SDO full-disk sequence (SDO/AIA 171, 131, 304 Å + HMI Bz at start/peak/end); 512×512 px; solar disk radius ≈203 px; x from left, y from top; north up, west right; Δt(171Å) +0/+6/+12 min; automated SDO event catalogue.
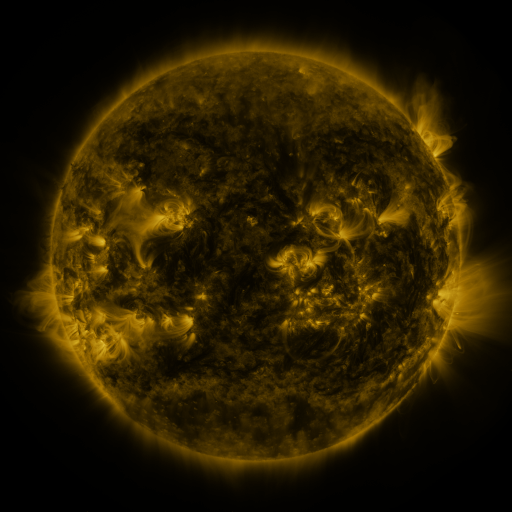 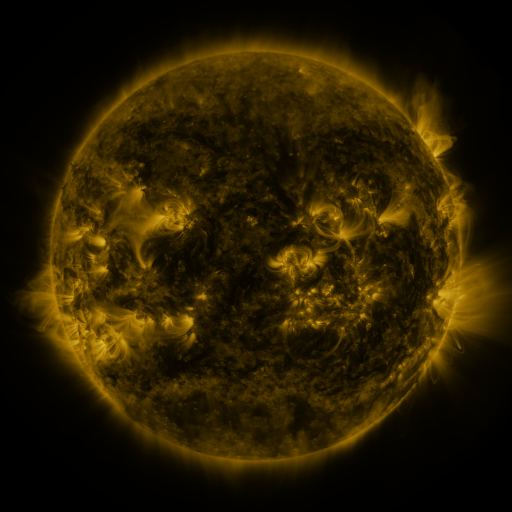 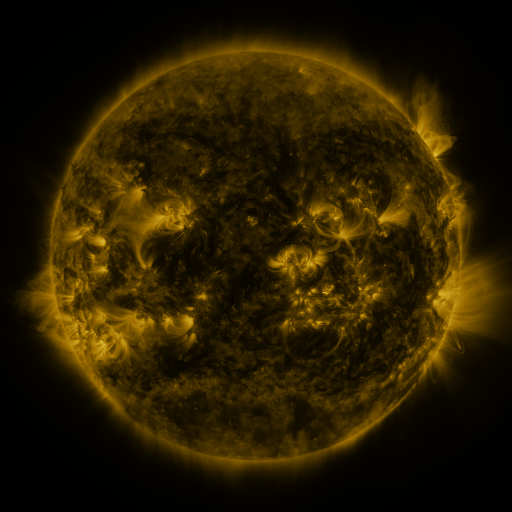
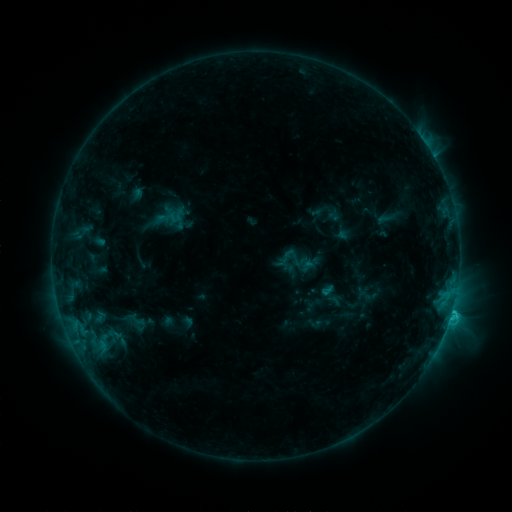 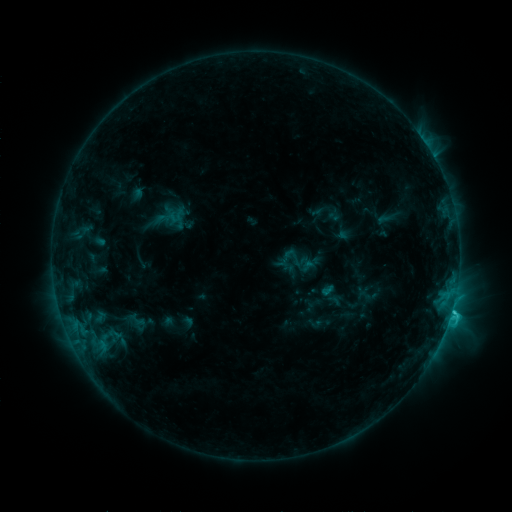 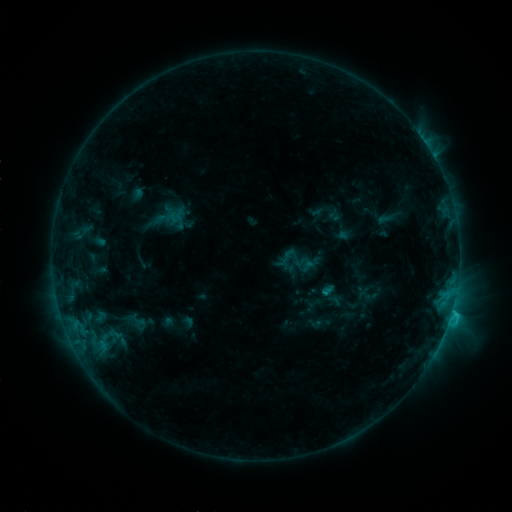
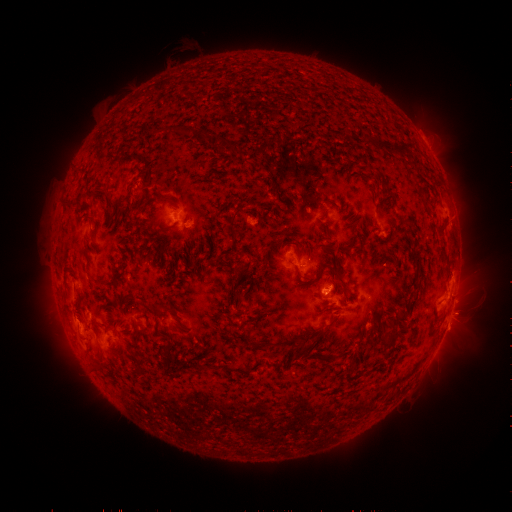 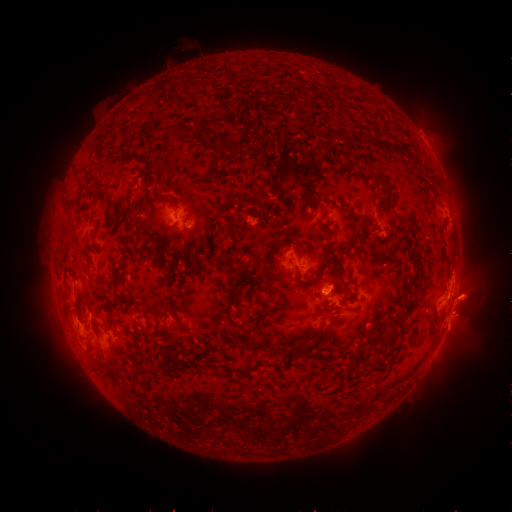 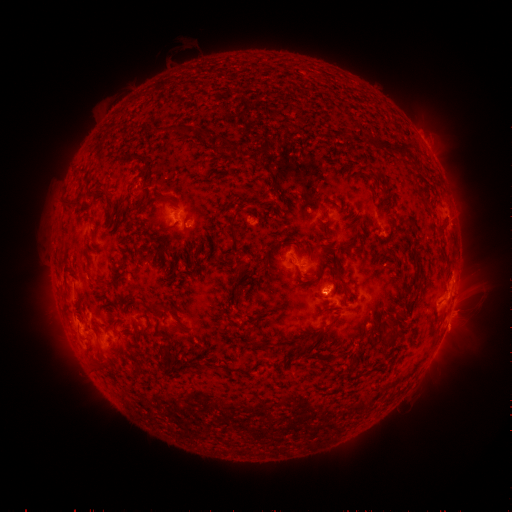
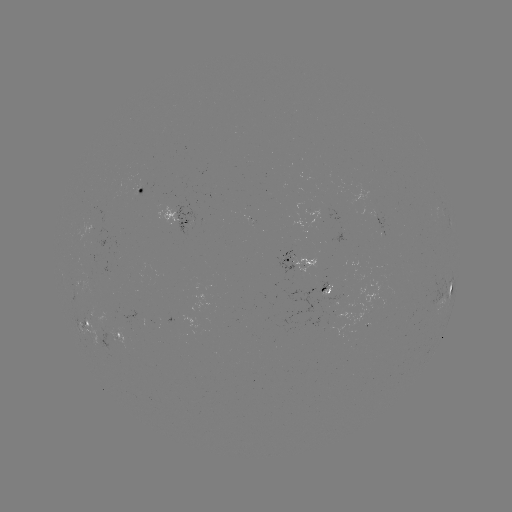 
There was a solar eruption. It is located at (468, 307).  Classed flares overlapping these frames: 1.